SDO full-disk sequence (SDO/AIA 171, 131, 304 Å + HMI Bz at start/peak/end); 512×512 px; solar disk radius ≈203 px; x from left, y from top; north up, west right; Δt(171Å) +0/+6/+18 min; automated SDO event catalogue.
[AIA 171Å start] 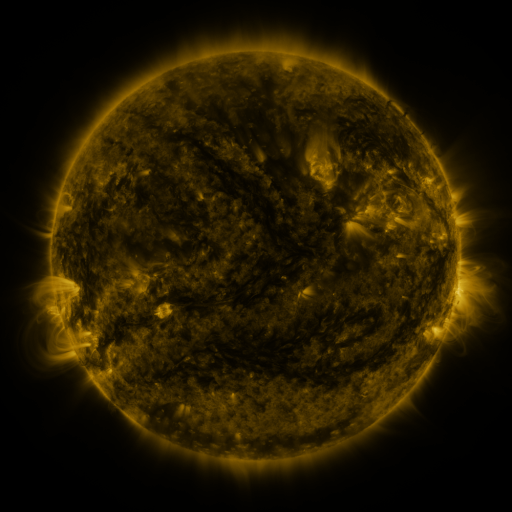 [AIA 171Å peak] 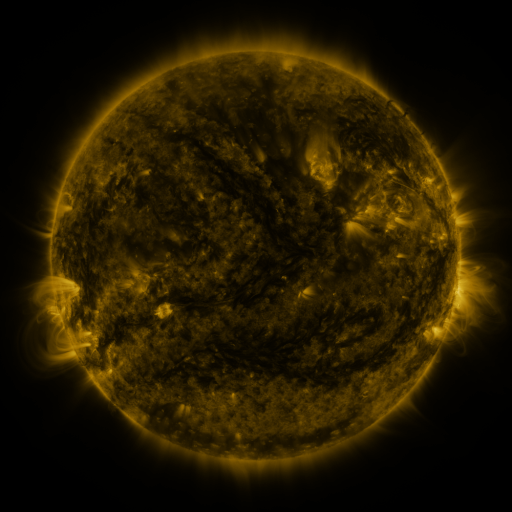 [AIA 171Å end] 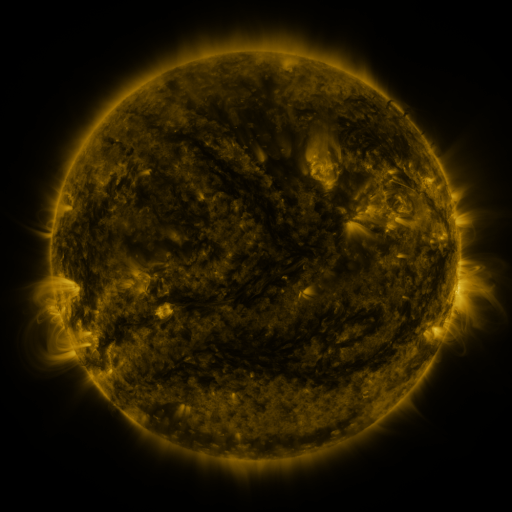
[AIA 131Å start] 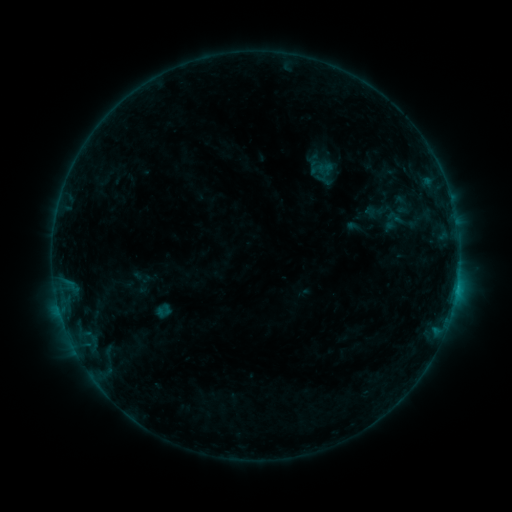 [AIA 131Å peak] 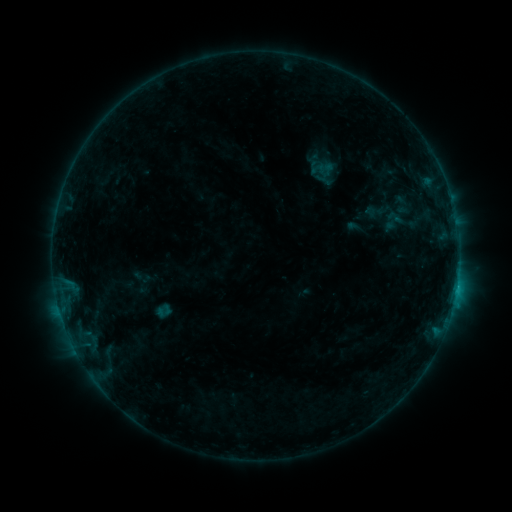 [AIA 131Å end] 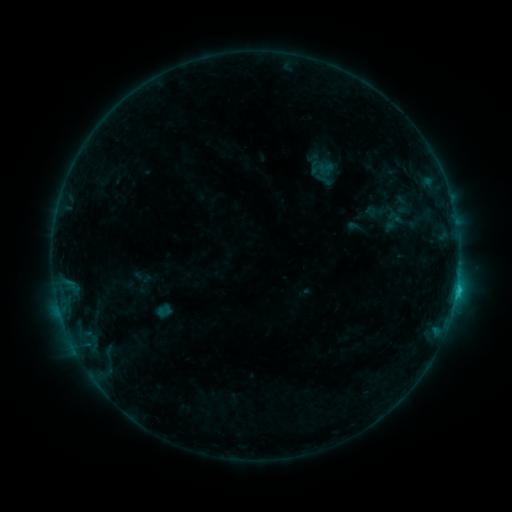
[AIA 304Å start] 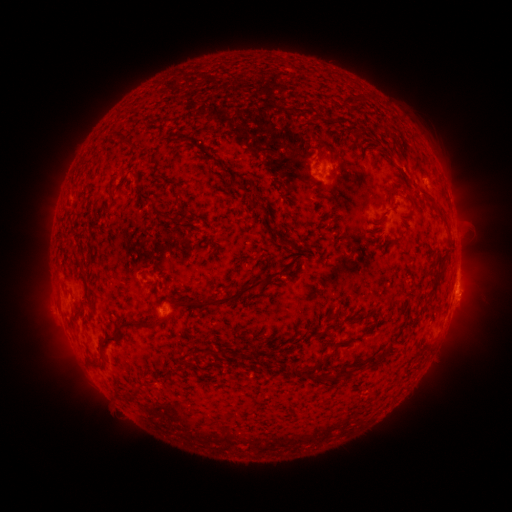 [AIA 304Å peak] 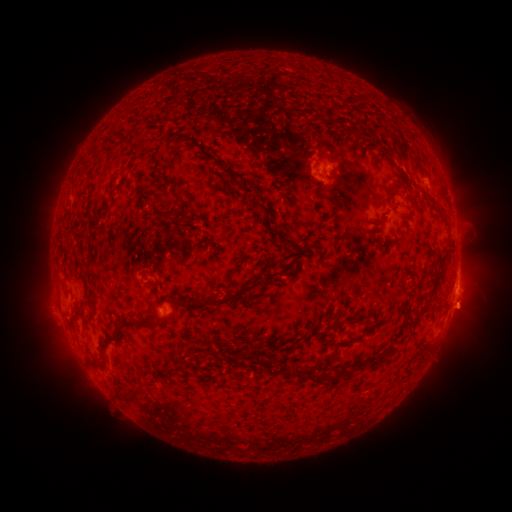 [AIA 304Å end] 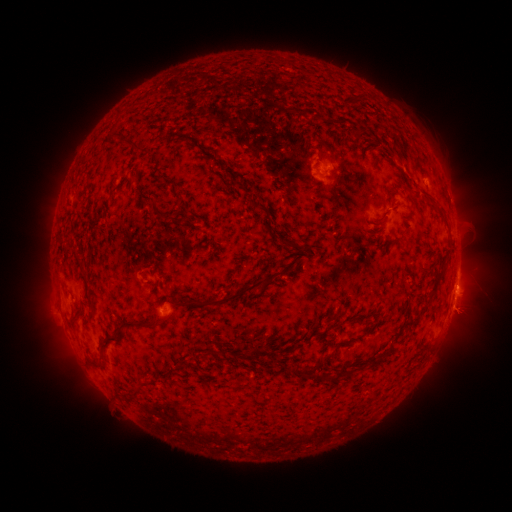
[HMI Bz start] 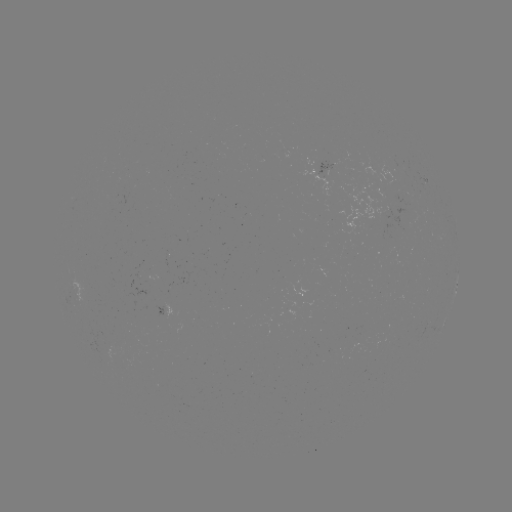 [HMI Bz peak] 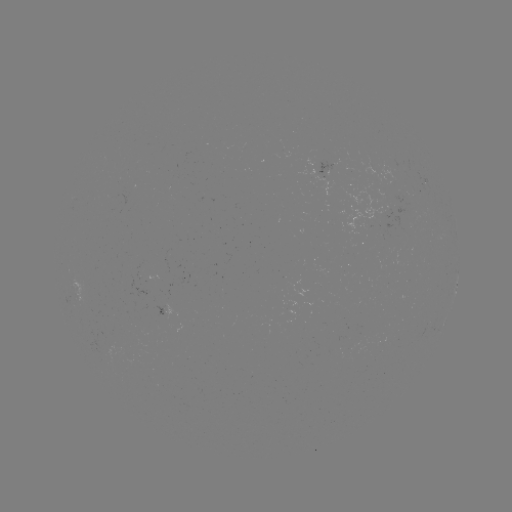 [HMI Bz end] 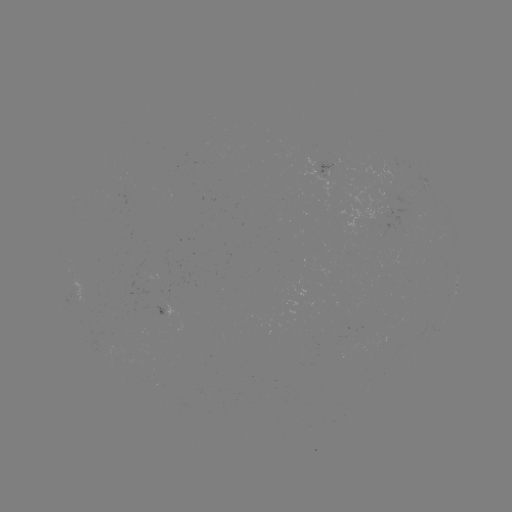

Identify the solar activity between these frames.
eruption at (464, 312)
